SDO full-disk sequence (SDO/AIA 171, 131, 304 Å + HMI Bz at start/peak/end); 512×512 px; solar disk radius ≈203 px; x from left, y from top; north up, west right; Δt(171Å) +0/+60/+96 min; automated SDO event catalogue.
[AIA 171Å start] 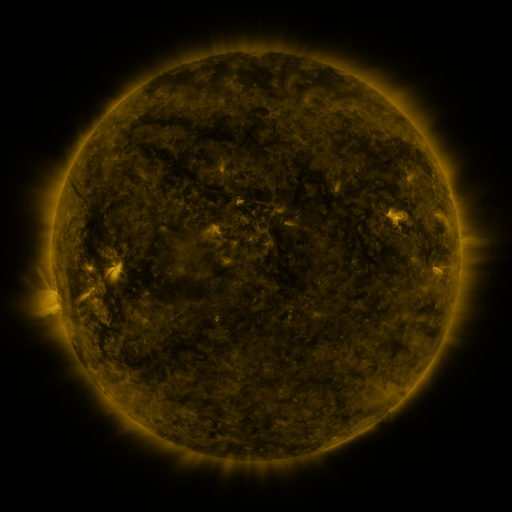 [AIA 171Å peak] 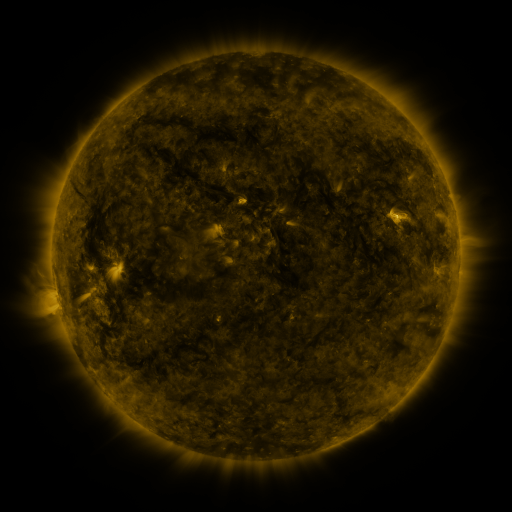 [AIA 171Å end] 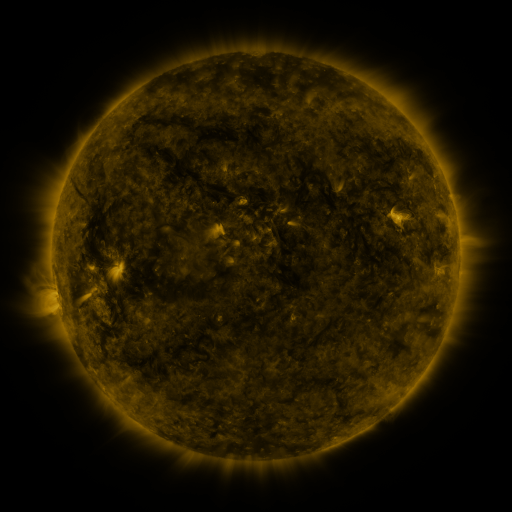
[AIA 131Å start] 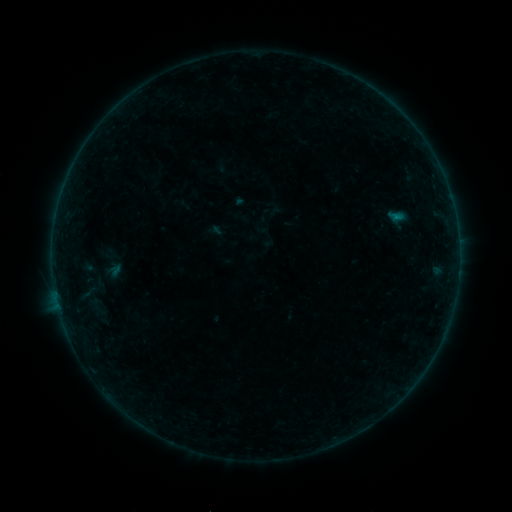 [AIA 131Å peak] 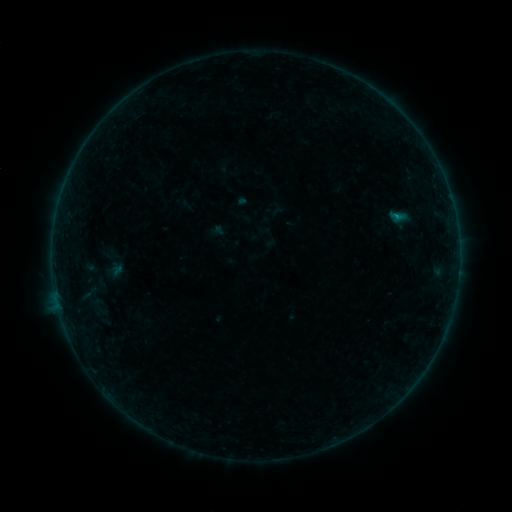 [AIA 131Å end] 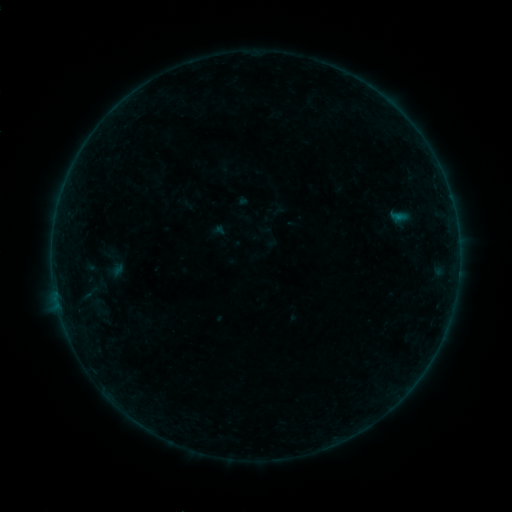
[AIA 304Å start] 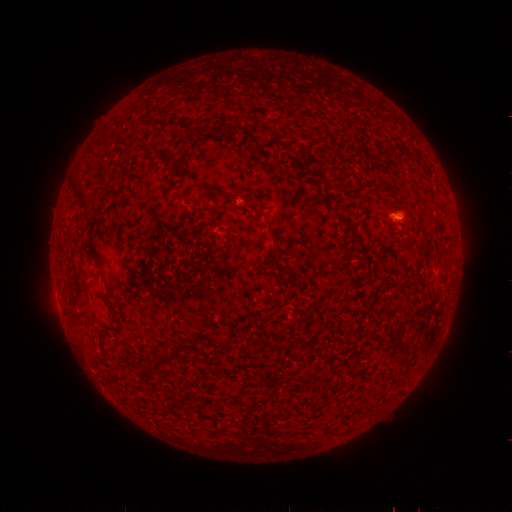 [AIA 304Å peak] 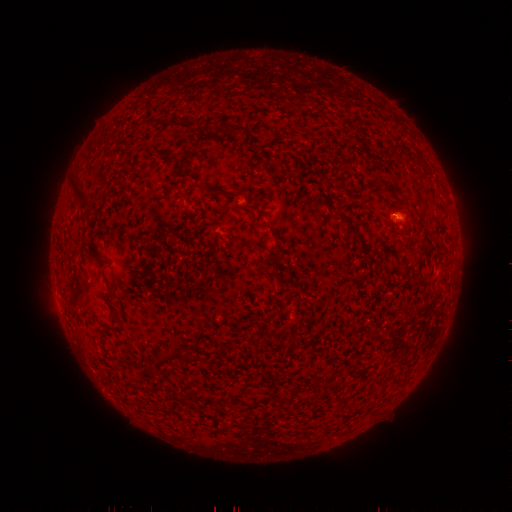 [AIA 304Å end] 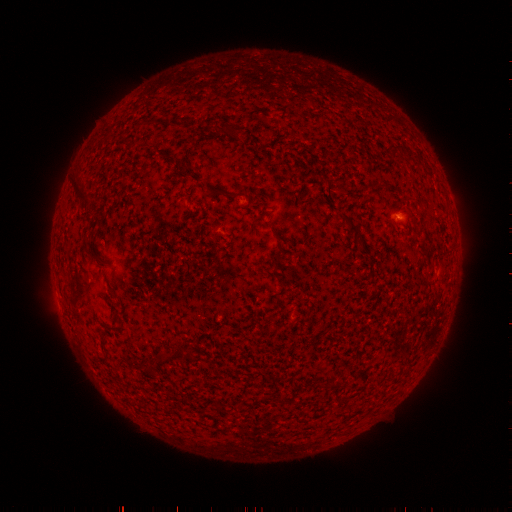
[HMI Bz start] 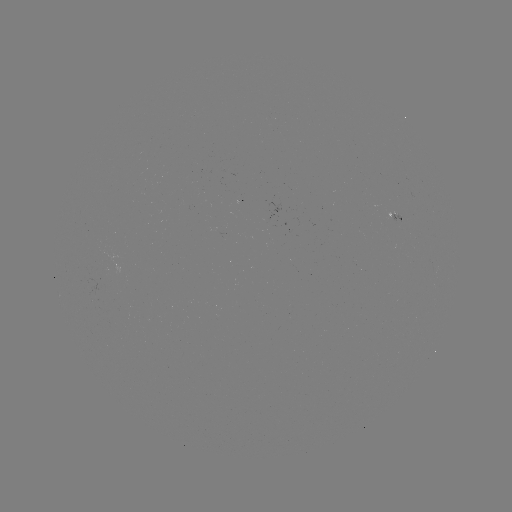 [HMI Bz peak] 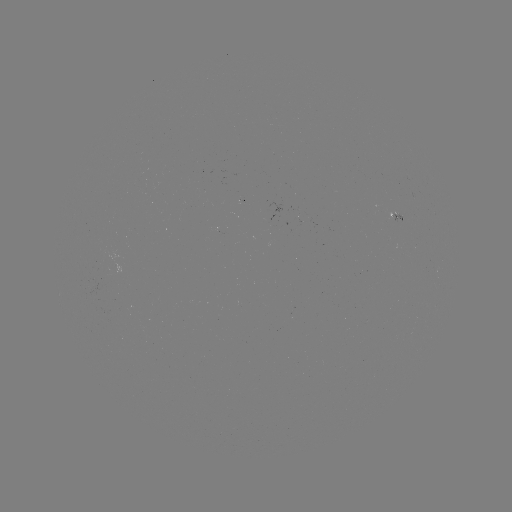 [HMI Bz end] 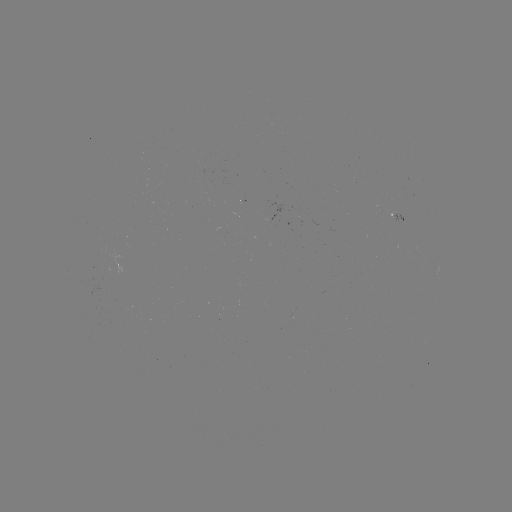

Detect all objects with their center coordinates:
emerging-flux region: (397, 216)
